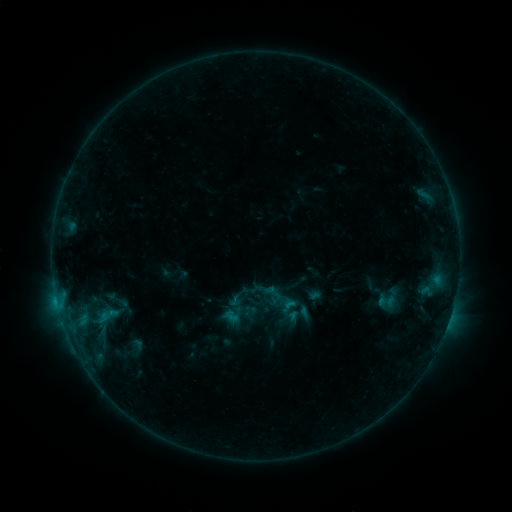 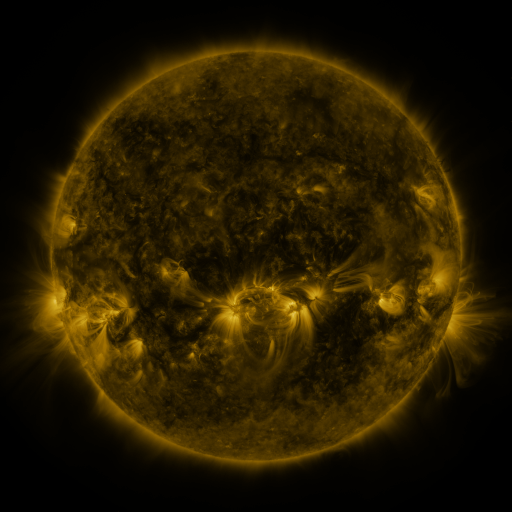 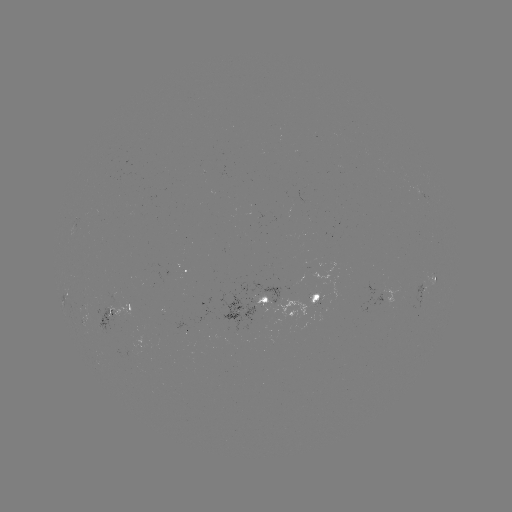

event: sigmoid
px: (106, 315)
